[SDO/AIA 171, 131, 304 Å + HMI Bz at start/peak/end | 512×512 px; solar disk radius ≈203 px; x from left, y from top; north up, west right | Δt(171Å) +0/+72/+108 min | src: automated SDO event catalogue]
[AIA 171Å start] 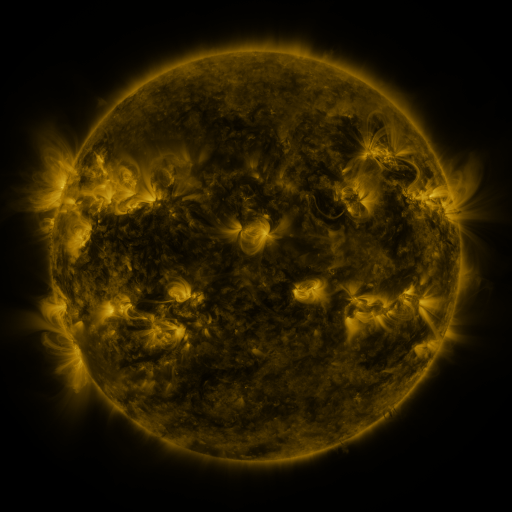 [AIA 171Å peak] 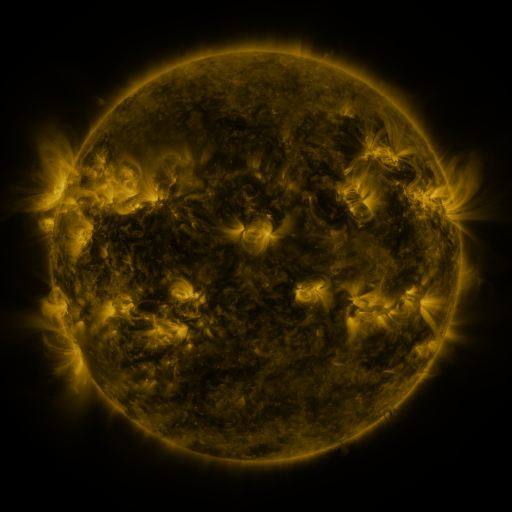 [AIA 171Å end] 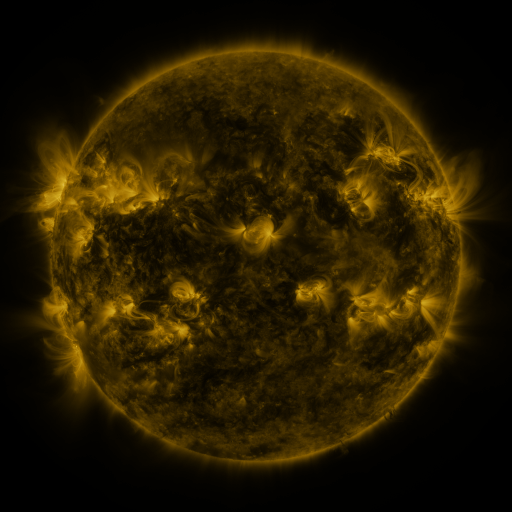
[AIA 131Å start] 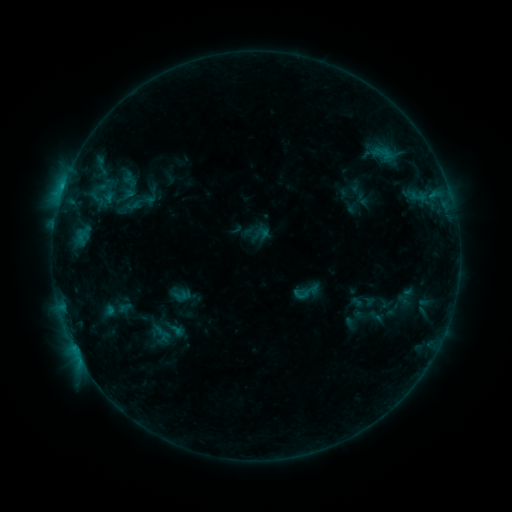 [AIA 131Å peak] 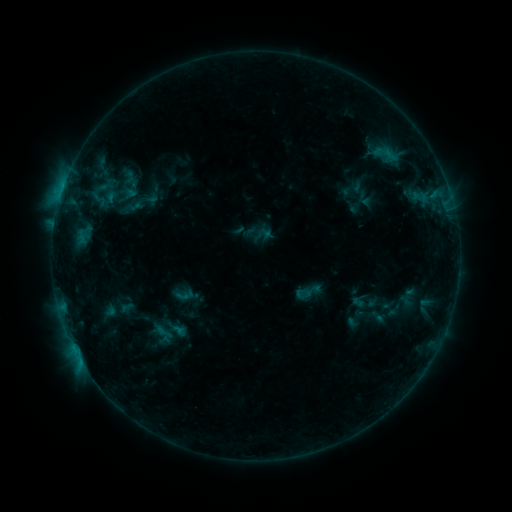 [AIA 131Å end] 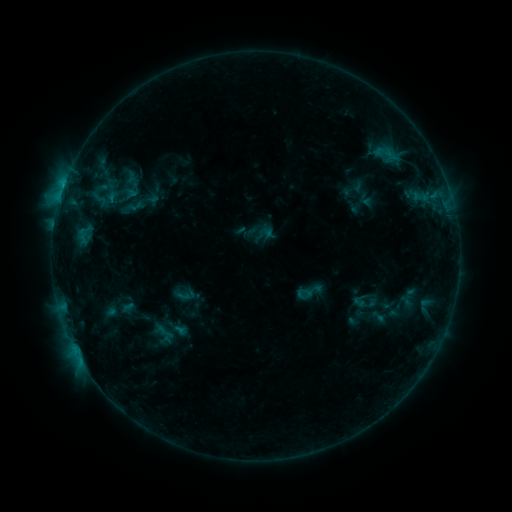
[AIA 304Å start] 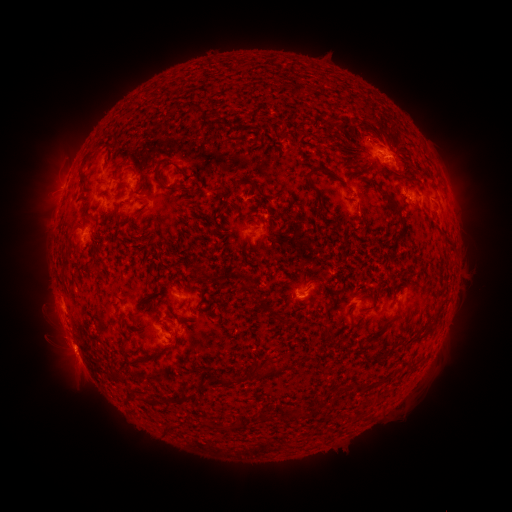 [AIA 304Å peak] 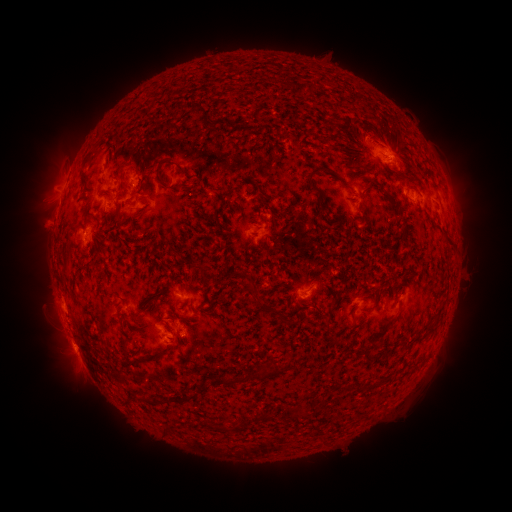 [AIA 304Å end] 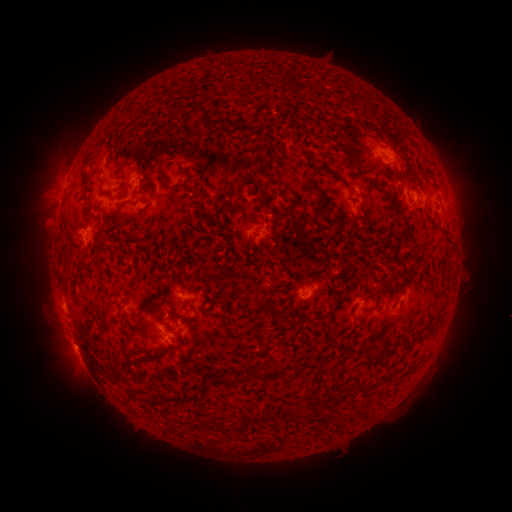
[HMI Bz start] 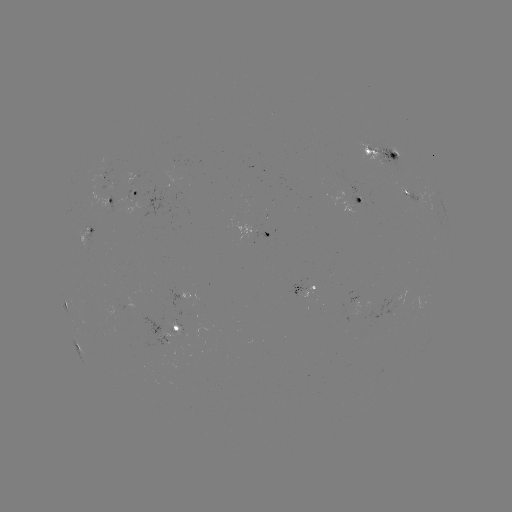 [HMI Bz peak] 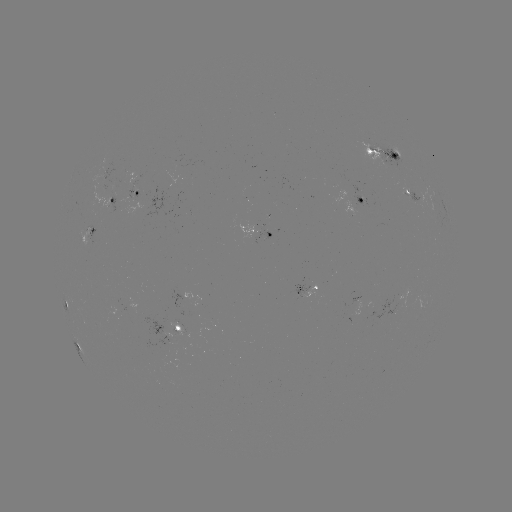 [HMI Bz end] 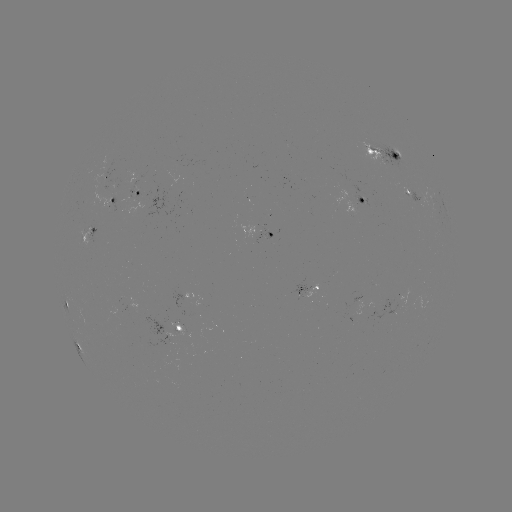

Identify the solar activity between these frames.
emerging-flux region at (356, 200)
